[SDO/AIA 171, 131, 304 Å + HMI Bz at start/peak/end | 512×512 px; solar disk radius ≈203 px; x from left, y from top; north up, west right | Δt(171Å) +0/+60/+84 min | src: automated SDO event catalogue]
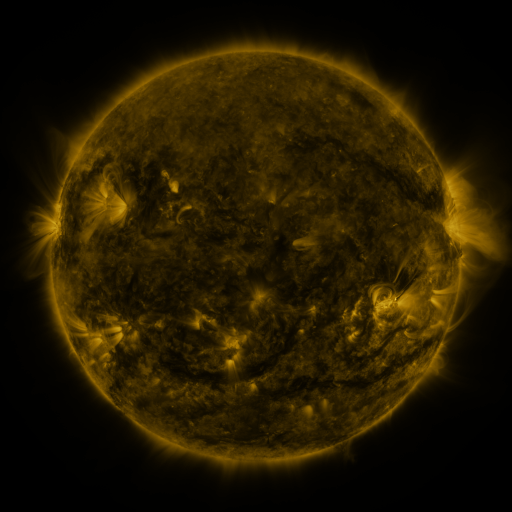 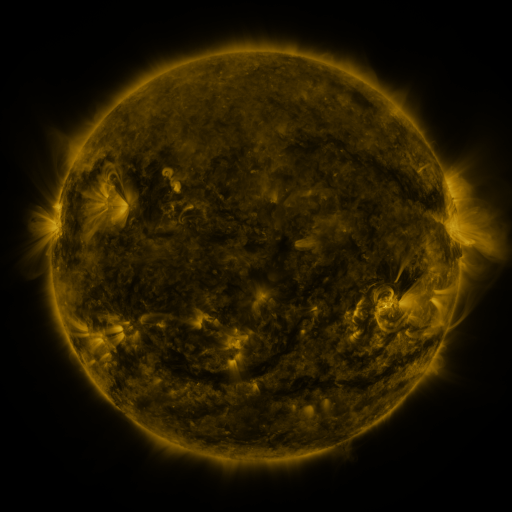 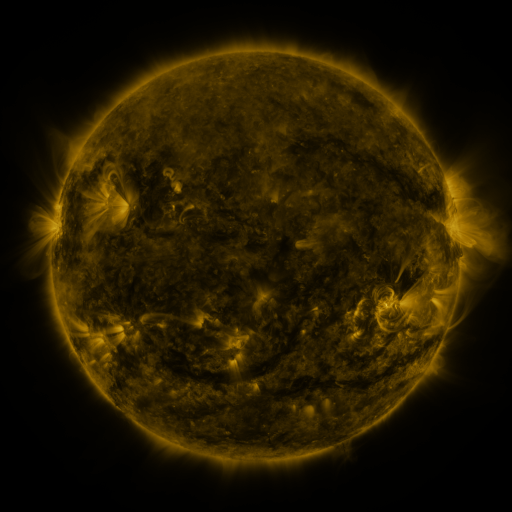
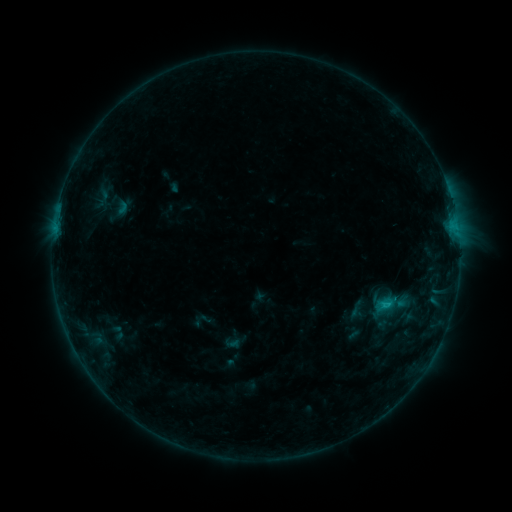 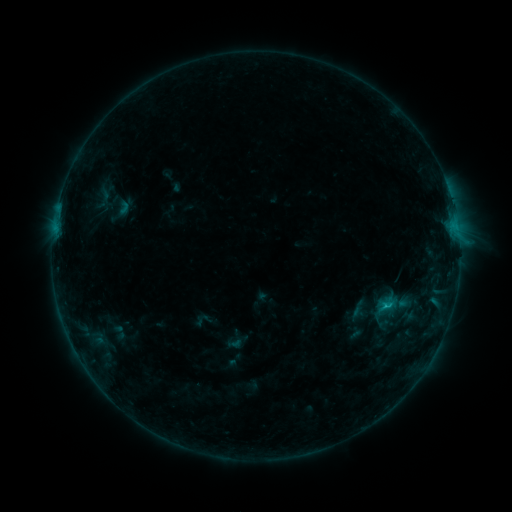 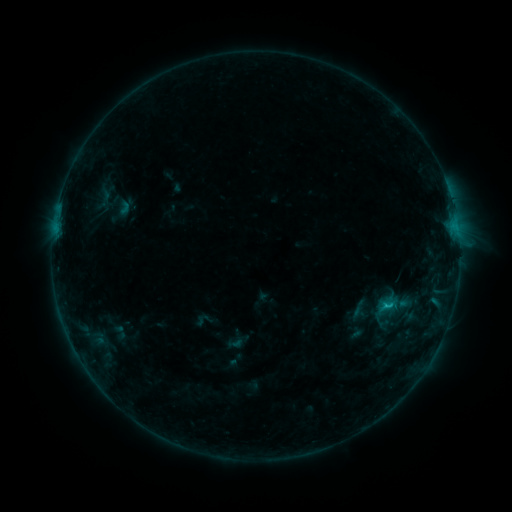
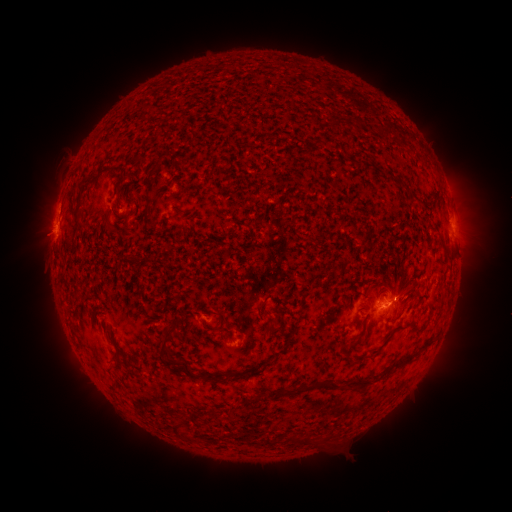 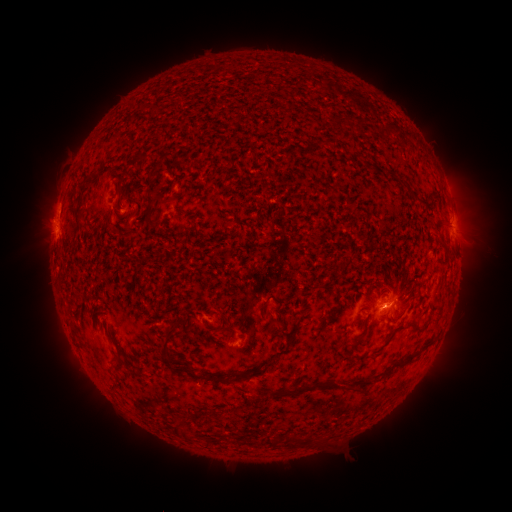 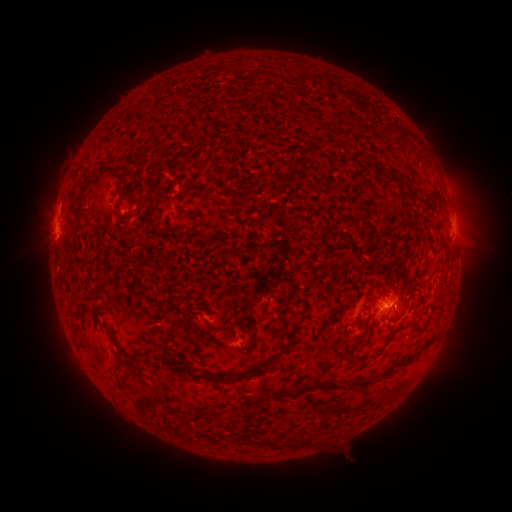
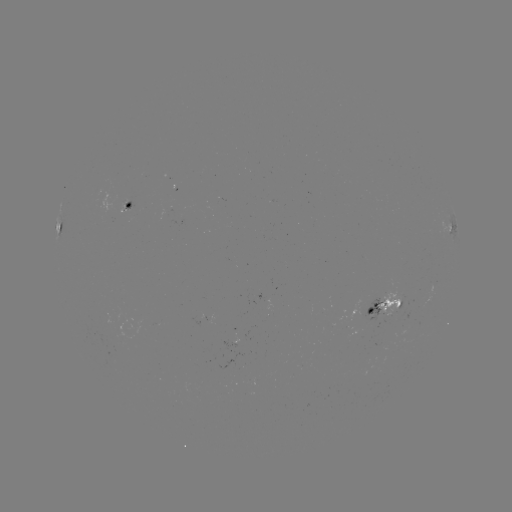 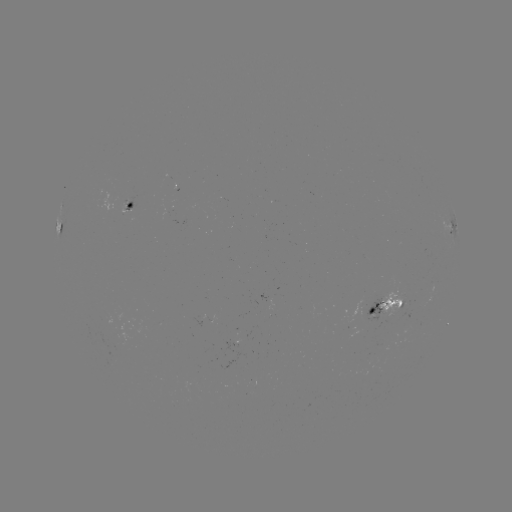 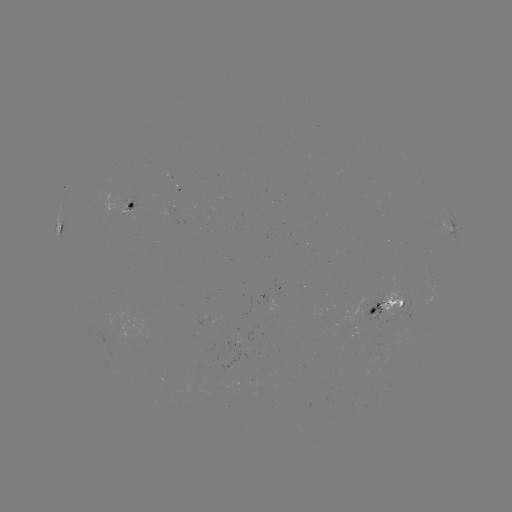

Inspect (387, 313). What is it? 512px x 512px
emerging-flux region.